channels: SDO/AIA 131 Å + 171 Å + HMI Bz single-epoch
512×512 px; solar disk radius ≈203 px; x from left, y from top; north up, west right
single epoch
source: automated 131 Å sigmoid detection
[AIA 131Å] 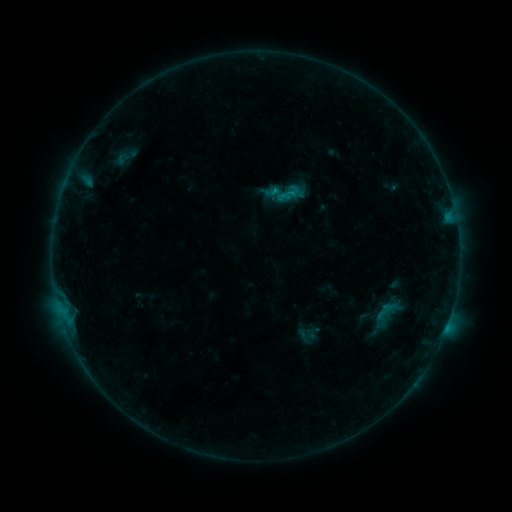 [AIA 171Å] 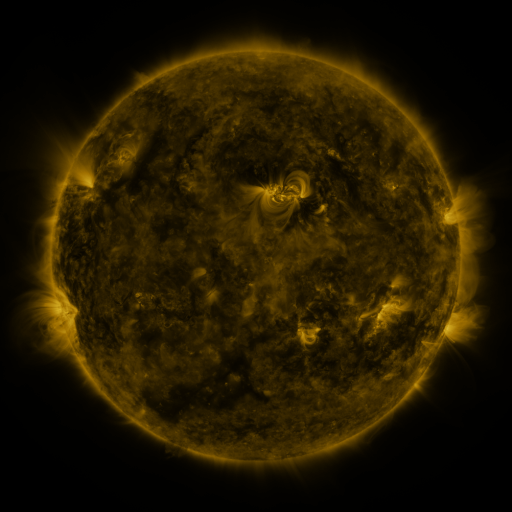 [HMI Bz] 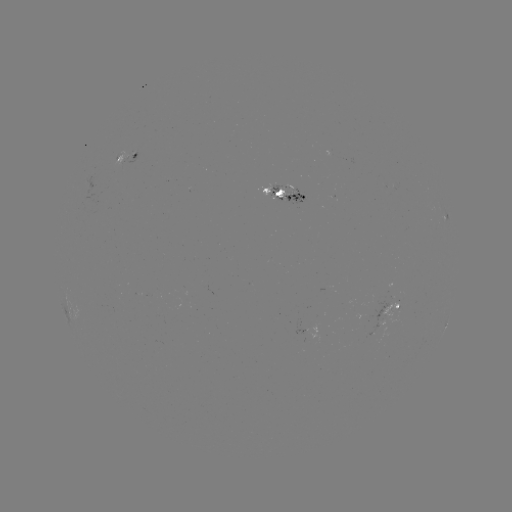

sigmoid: (278, 184, 301, 205)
